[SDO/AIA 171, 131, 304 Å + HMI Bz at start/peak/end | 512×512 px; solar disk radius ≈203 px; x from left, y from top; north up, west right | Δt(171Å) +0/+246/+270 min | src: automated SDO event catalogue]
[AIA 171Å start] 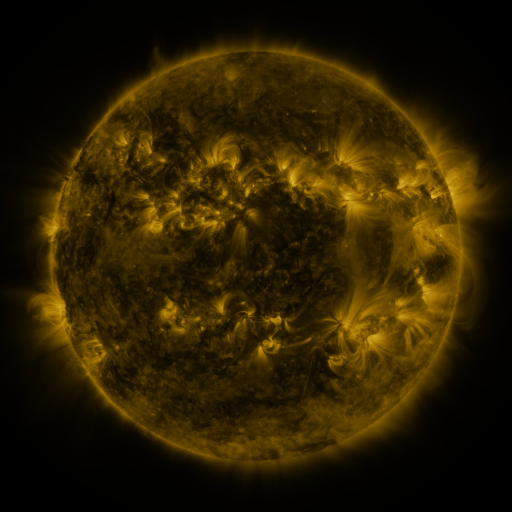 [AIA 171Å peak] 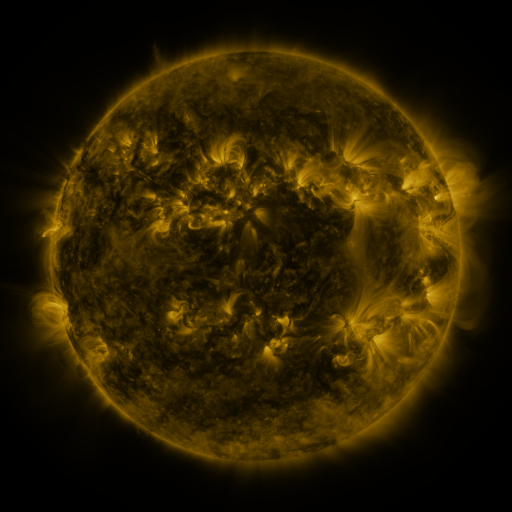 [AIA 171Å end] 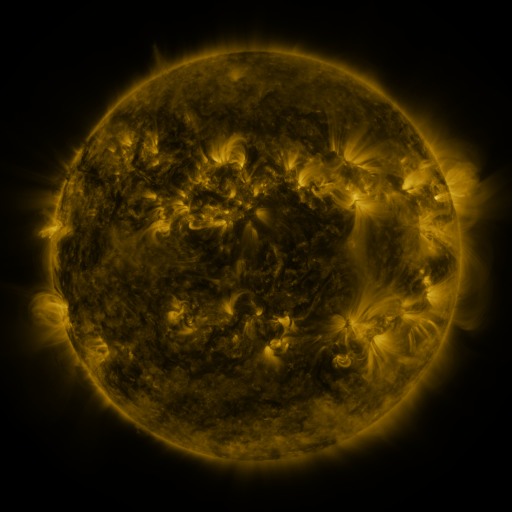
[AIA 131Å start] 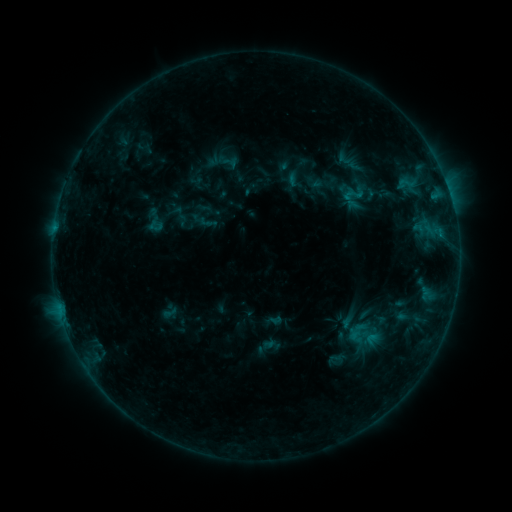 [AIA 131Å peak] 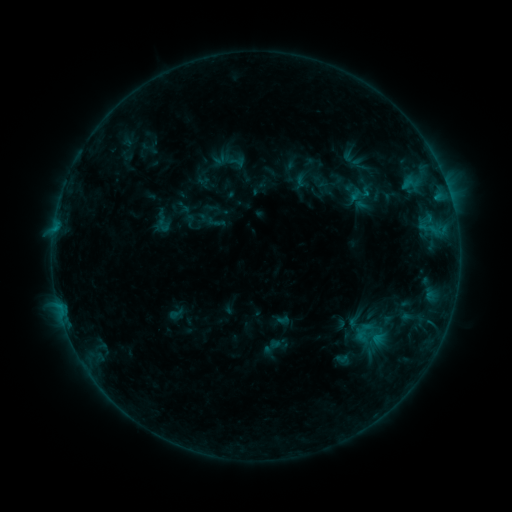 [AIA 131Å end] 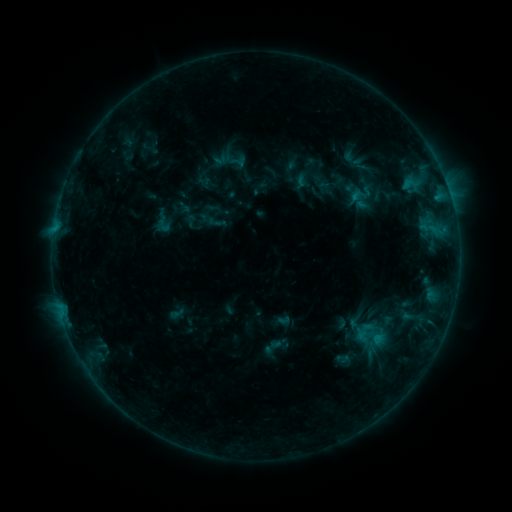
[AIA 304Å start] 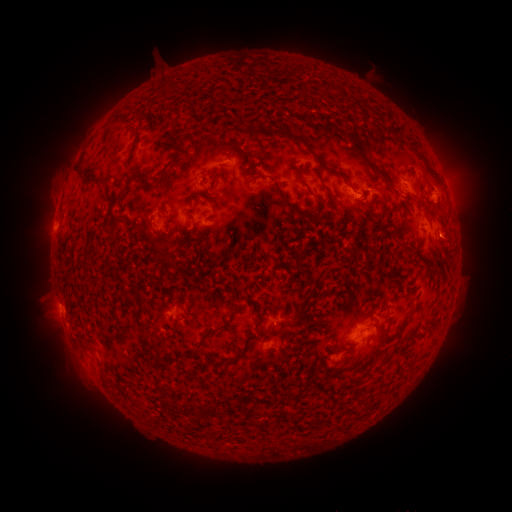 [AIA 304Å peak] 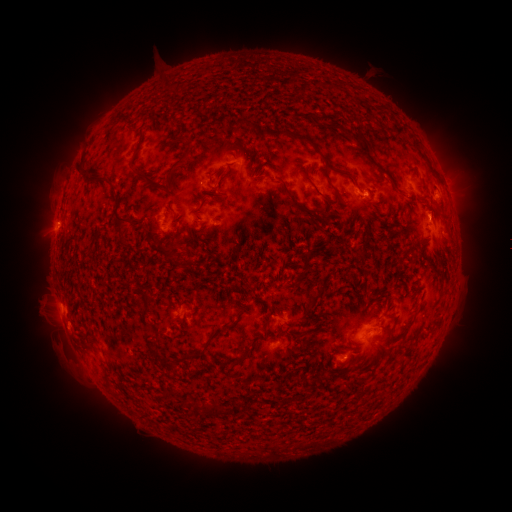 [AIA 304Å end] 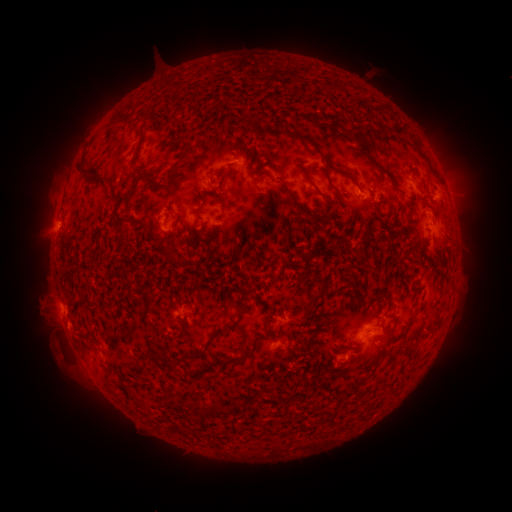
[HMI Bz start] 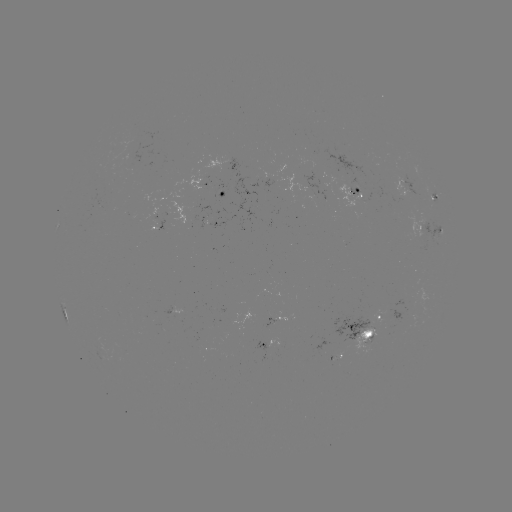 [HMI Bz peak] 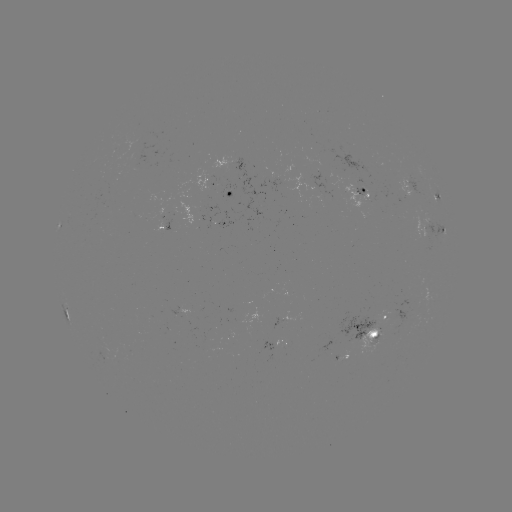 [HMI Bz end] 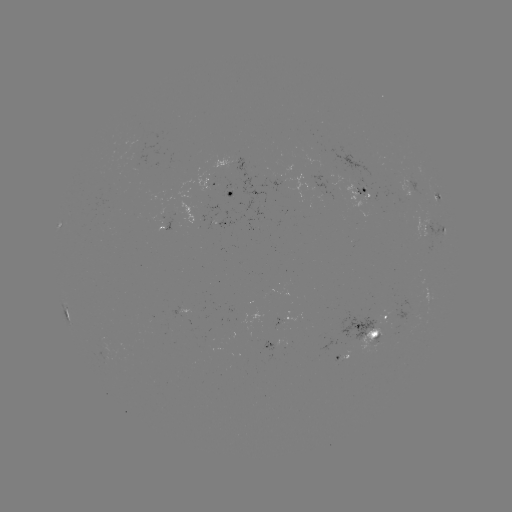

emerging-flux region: [122, 351, 133, 357]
